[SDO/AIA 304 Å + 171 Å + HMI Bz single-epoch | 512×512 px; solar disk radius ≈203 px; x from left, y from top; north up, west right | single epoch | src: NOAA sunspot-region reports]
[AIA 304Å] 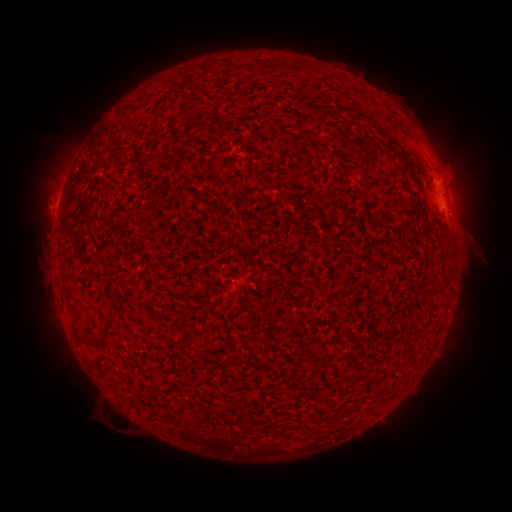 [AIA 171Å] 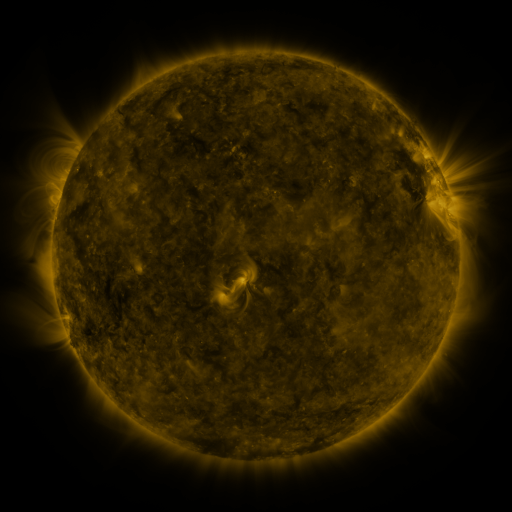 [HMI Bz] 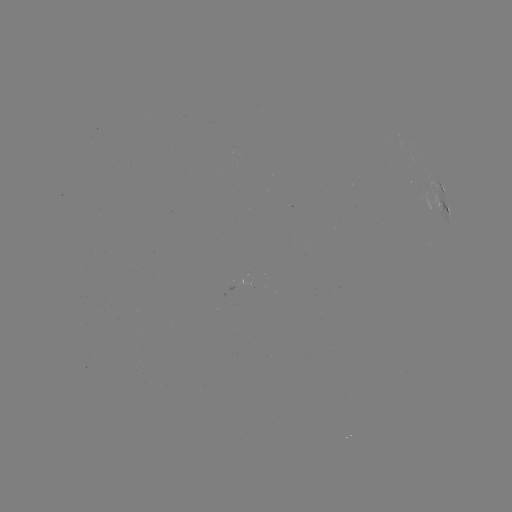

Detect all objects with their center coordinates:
spotted active region: (442, 189)
spotted active region: (442, 208)
